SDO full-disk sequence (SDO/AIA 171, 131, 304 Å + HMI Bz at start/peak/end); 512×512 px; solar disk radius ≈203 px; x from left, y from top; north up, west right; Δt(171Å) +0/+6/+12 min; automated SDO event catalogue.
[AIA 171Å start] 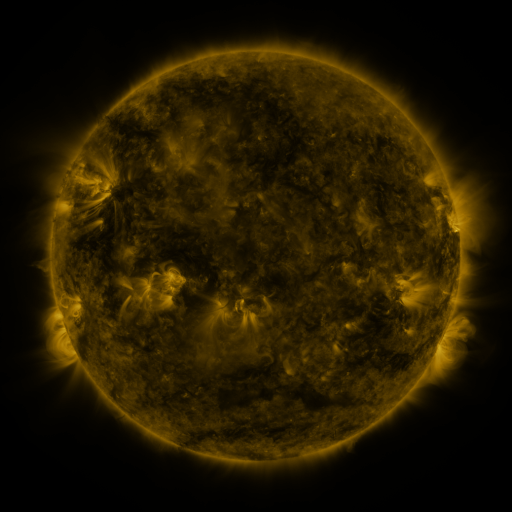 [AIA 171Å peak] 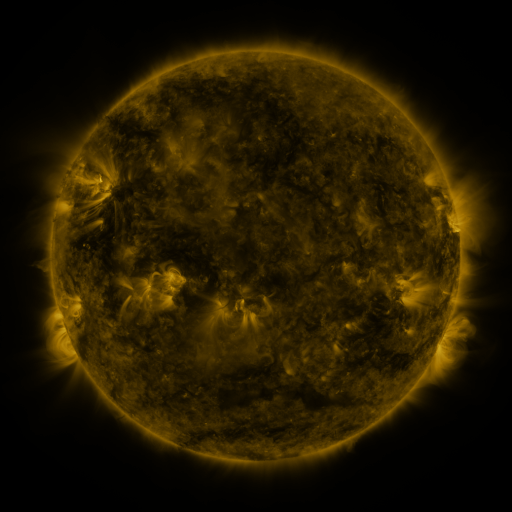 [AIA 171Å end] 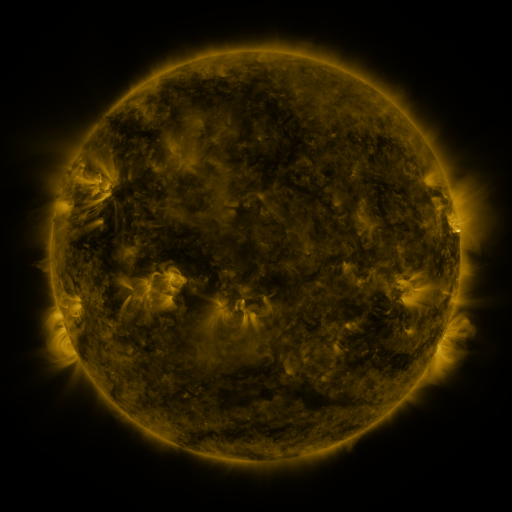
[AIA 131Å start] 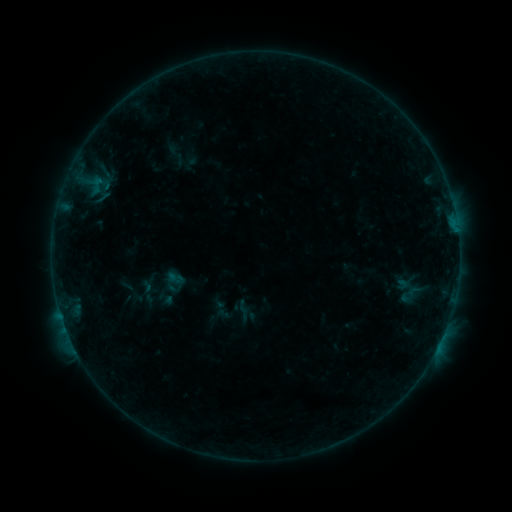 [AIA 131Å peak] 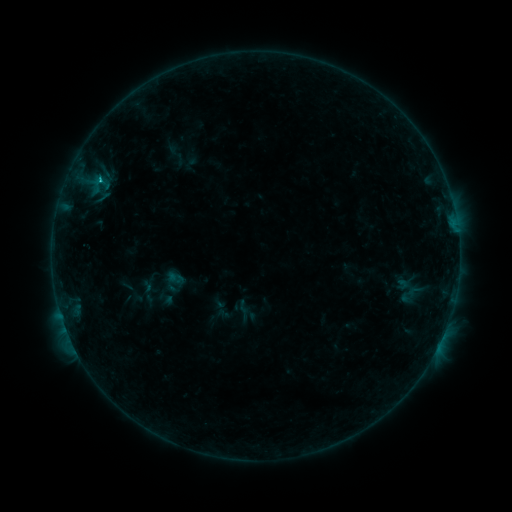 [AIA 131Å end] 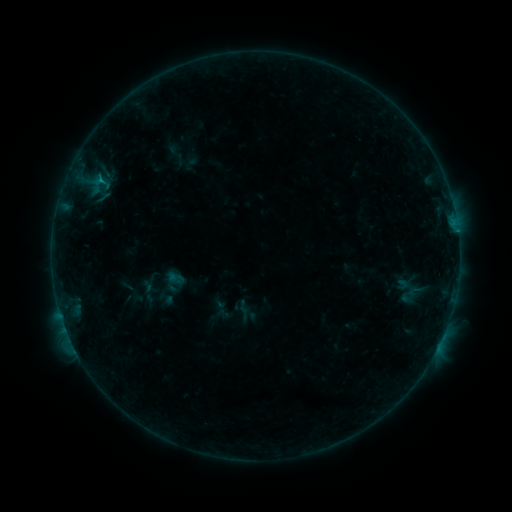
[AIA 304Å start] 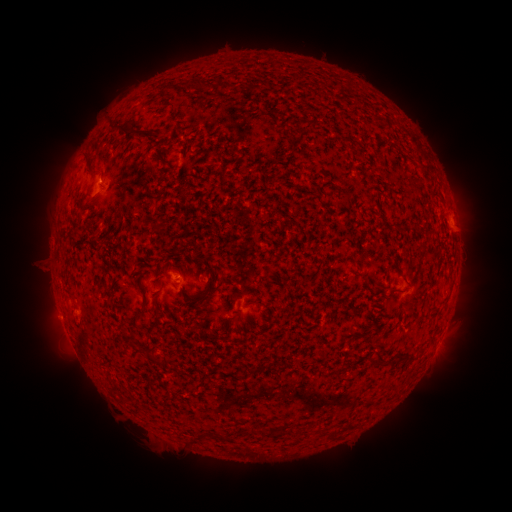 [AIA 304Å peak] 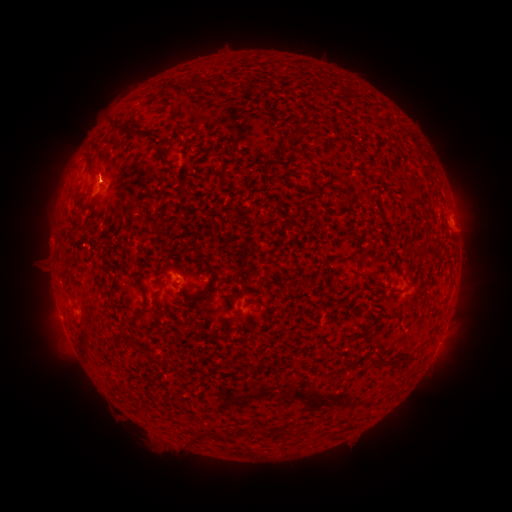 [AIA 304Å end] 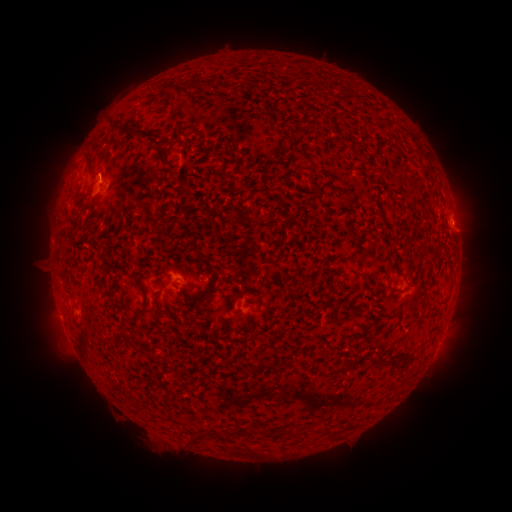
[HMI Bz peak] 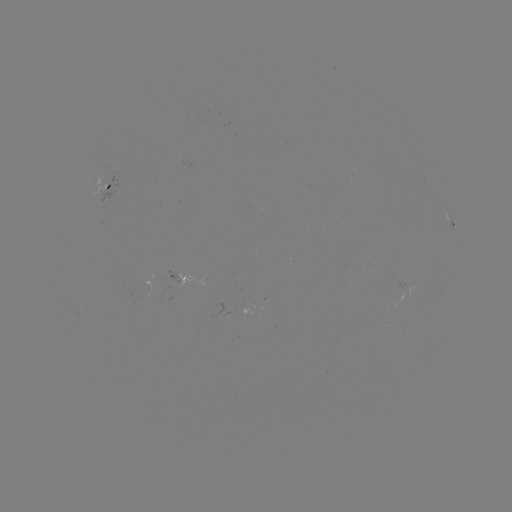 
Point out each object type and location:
B4.4 flare: (100, 182)
